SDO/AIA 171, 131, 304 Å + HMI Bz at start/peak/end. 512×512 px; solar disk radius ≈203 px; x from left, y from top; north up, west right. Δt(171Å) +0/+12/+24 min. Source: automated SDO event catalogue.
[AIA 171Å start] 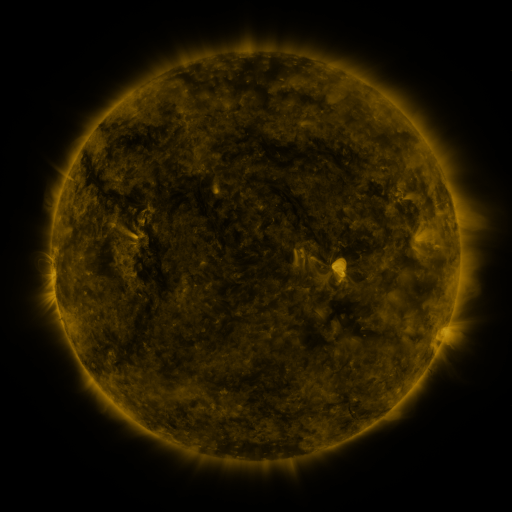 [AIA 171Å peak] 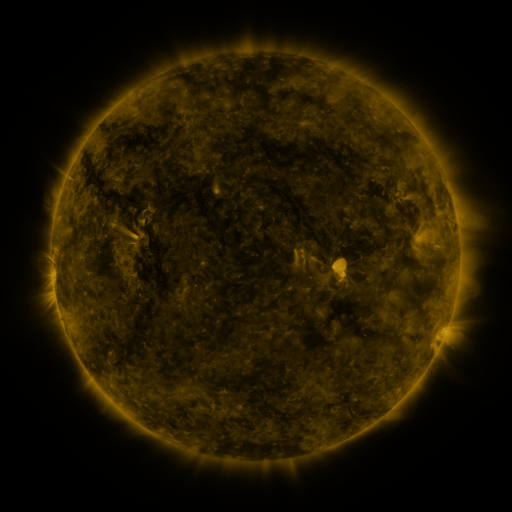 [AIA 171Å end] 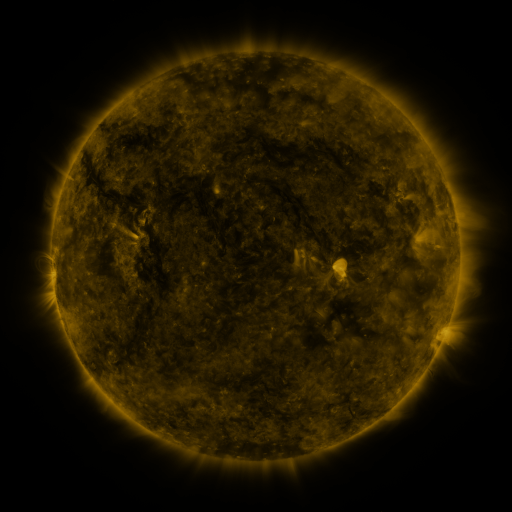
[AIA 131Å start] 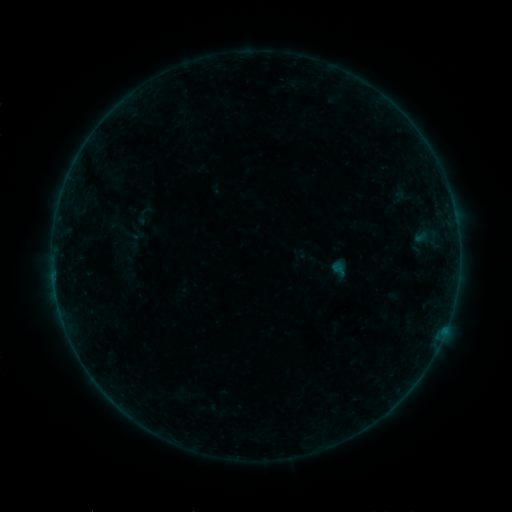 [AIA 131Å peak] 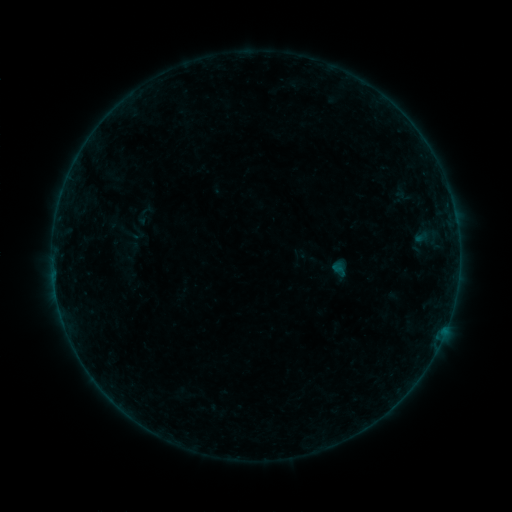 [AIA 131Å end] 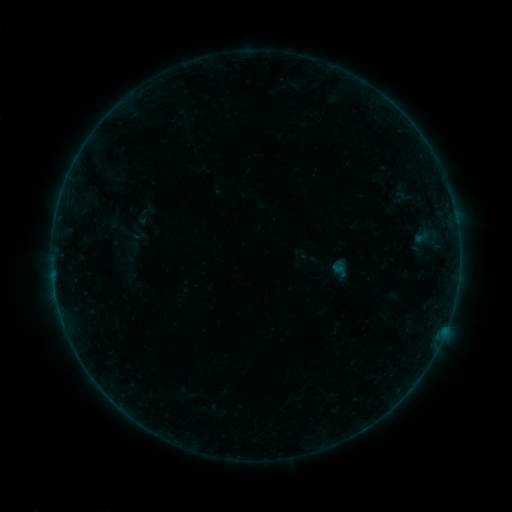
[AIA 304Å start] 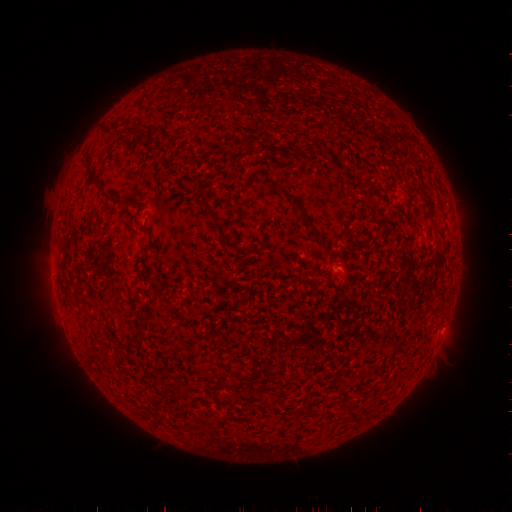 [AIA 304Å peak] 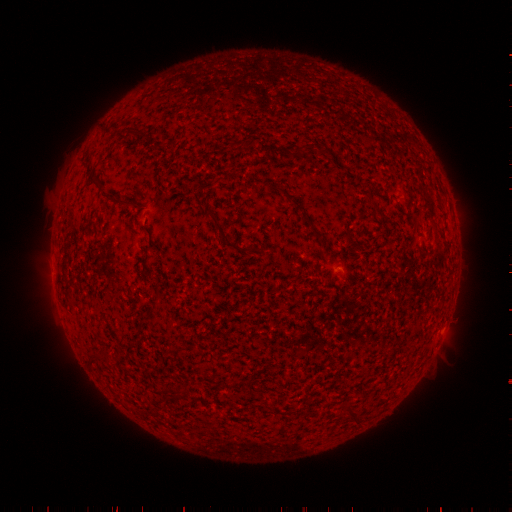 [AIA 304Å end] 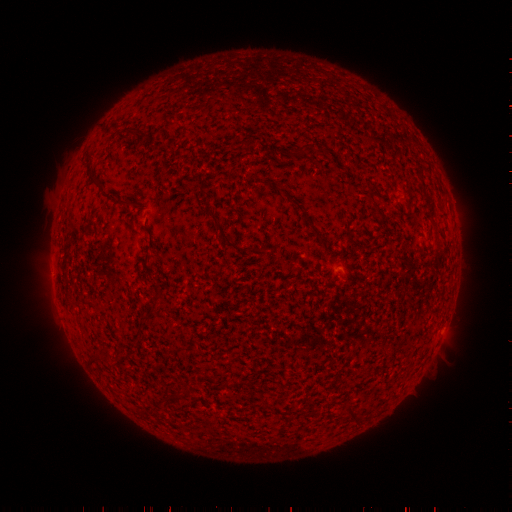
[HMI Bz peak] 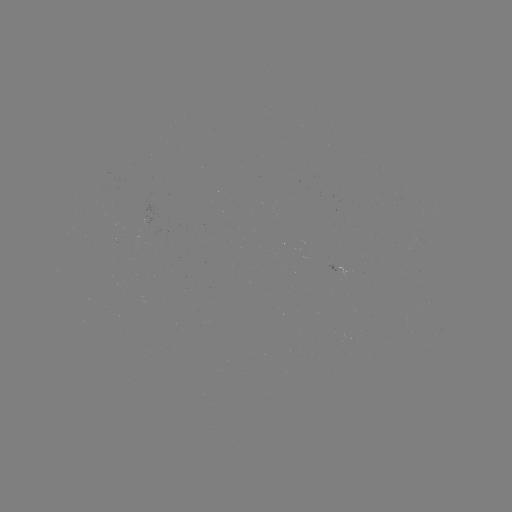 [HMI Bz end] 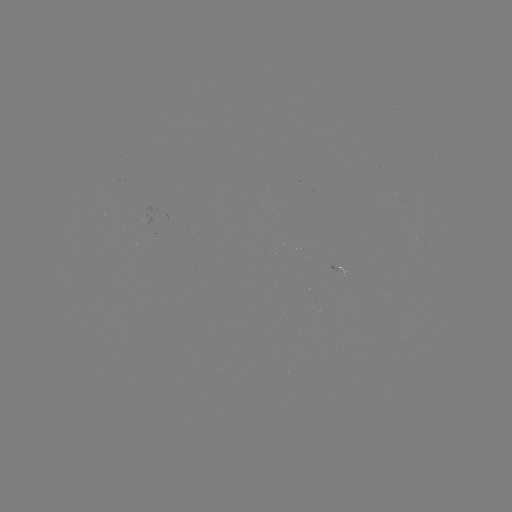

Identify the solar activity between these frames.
nothing was catalogued: no classed flare, no EUV trigger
